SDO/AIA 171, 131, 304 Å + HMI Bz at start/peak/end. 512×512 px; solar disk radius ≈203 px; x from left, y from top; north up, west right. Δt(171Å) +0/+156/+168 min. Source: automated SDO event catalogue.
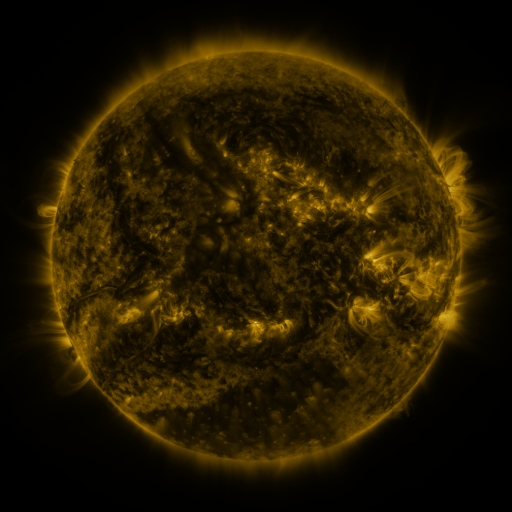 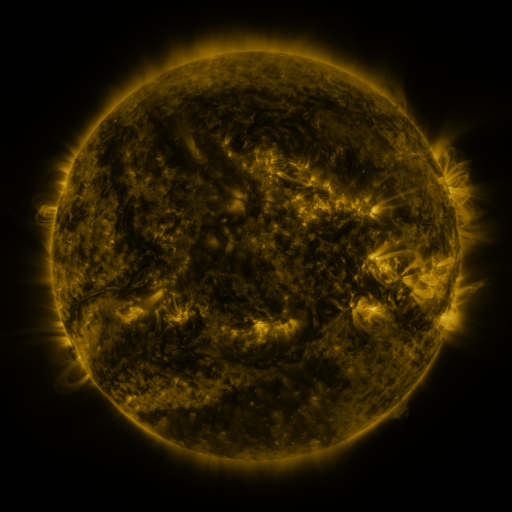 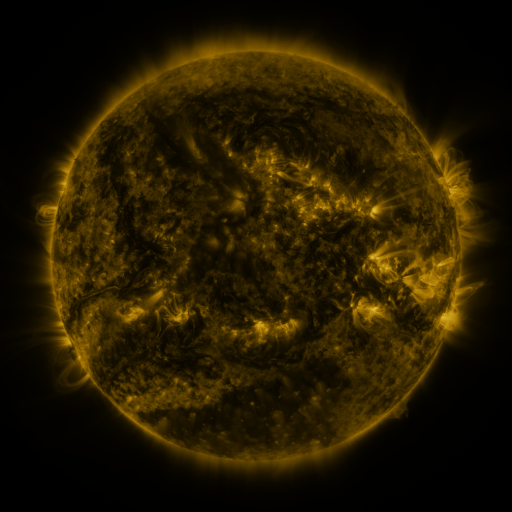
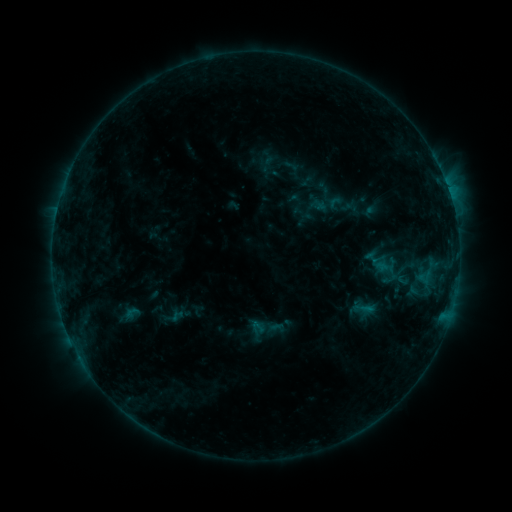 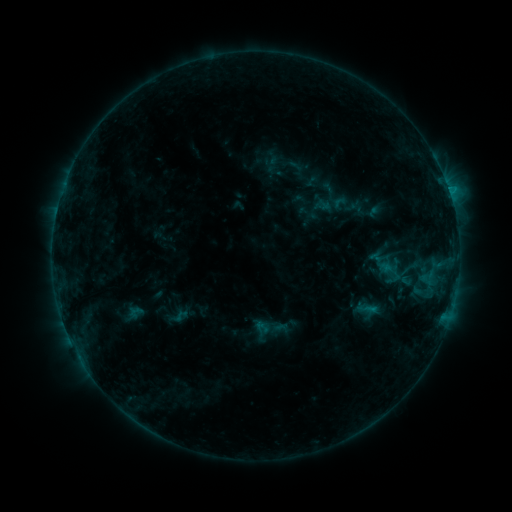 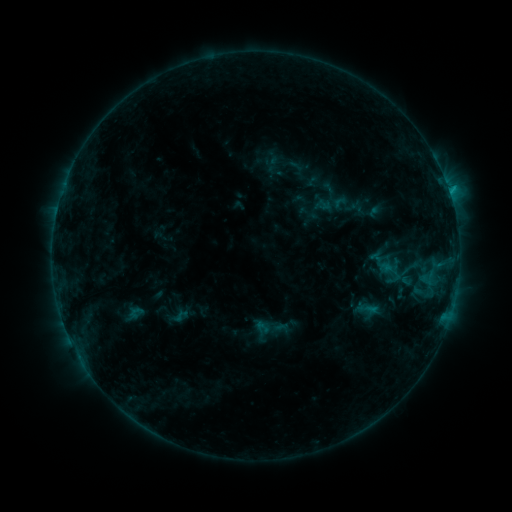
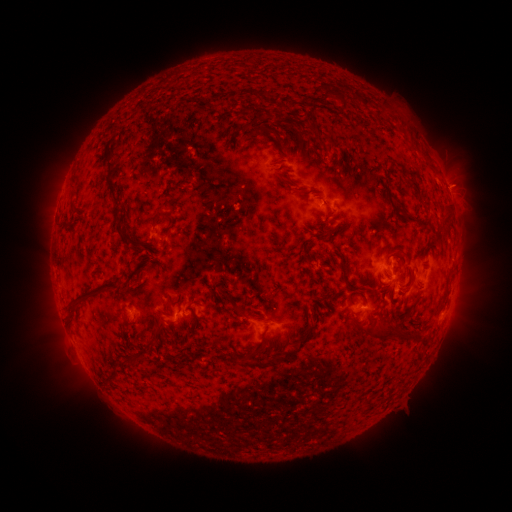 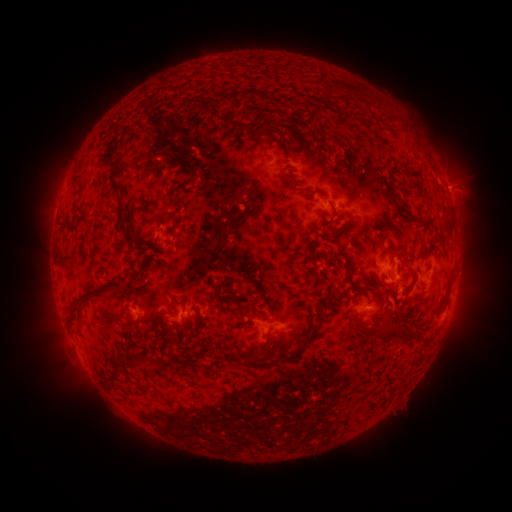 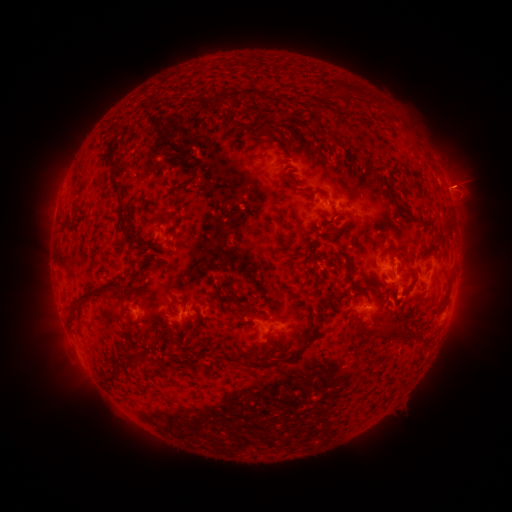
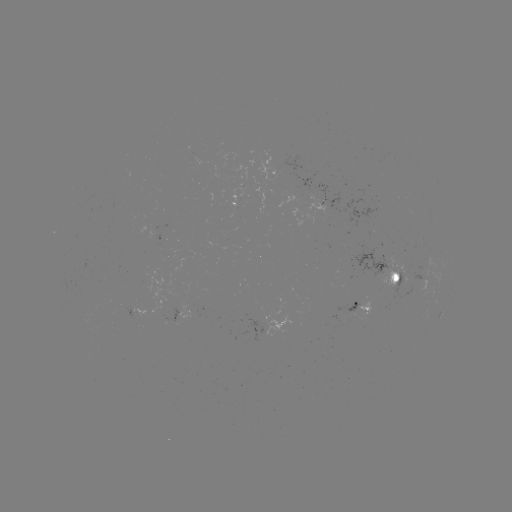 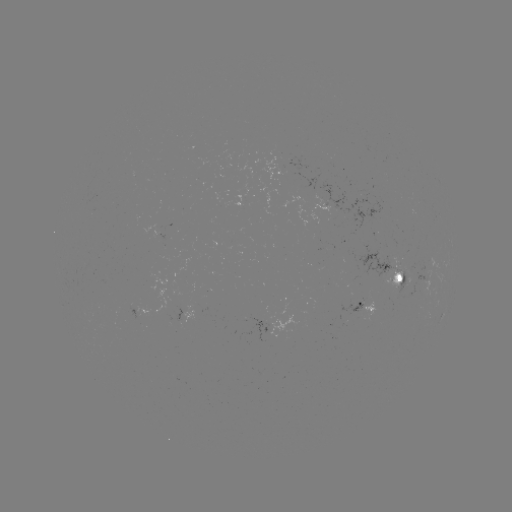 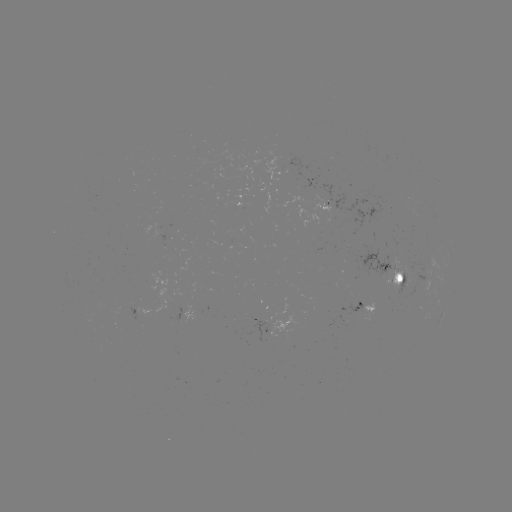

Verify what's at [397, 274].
emerging-flux region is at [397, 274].